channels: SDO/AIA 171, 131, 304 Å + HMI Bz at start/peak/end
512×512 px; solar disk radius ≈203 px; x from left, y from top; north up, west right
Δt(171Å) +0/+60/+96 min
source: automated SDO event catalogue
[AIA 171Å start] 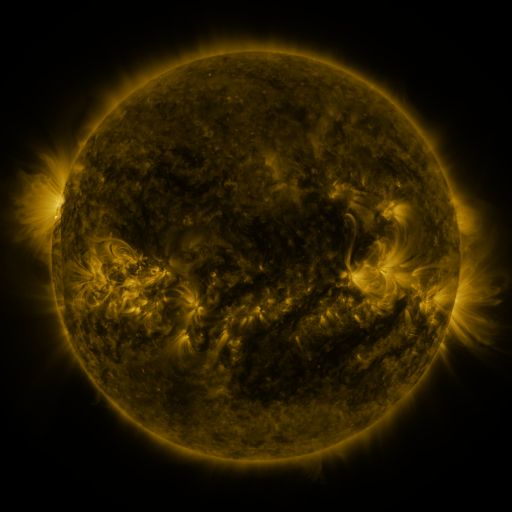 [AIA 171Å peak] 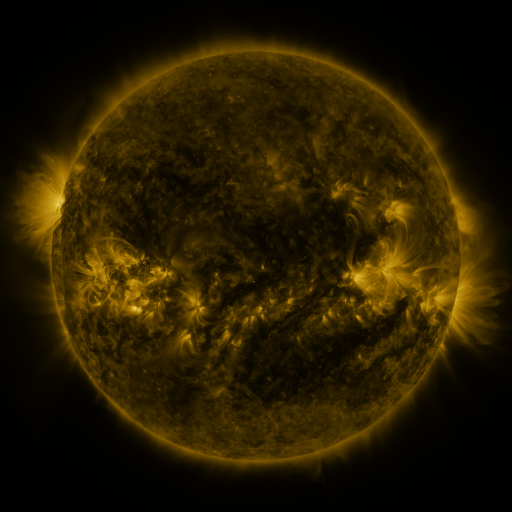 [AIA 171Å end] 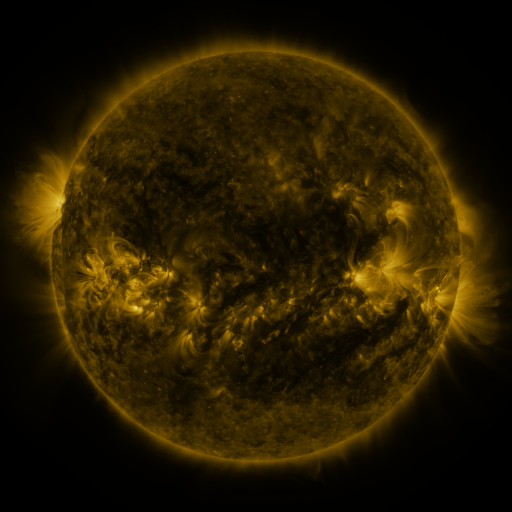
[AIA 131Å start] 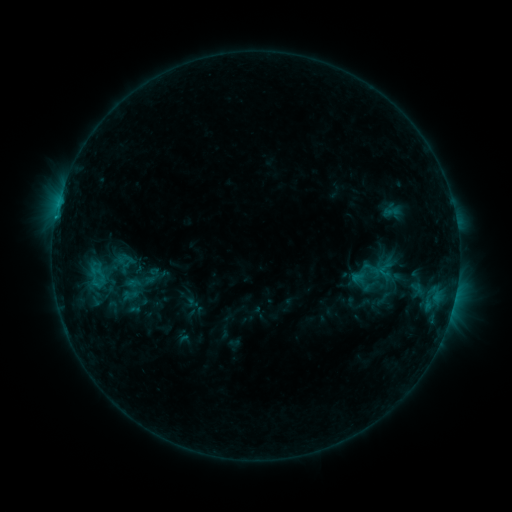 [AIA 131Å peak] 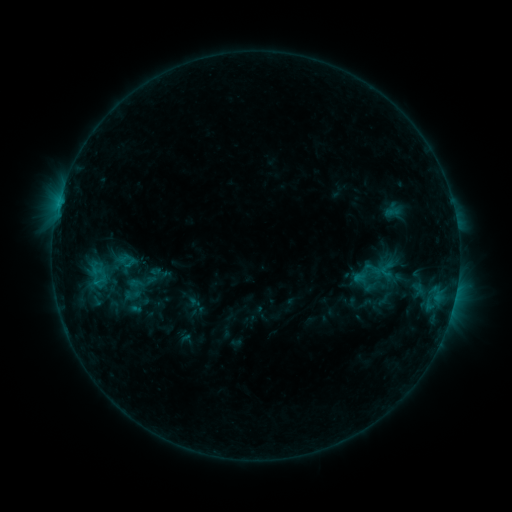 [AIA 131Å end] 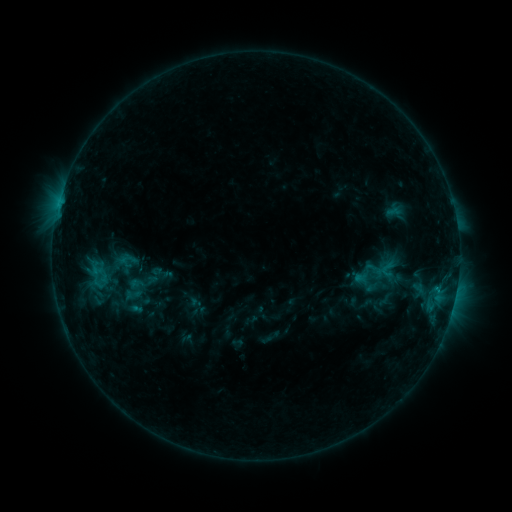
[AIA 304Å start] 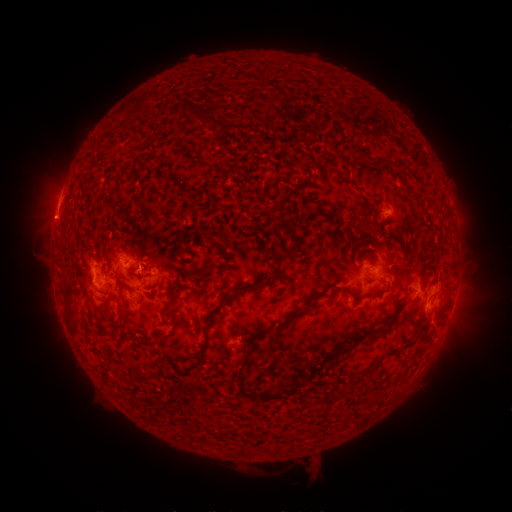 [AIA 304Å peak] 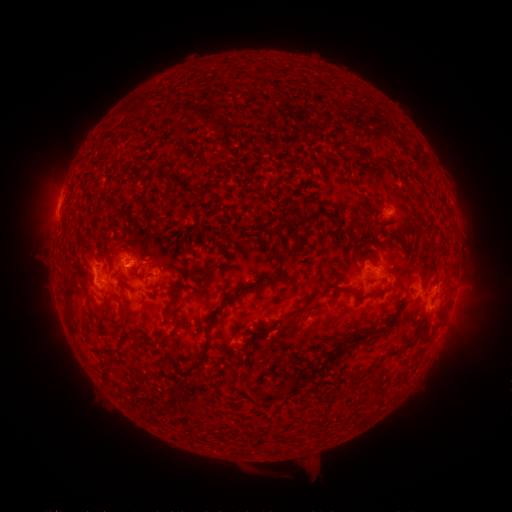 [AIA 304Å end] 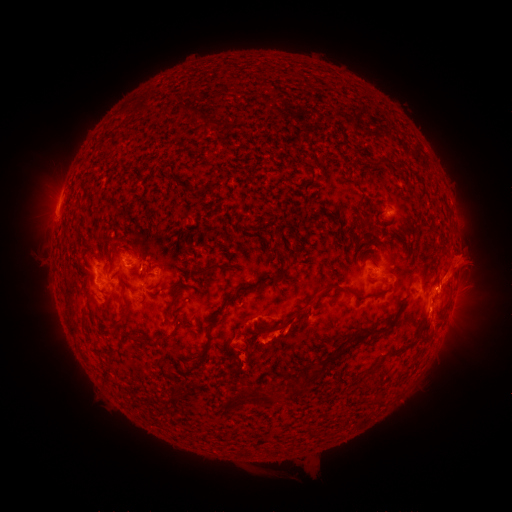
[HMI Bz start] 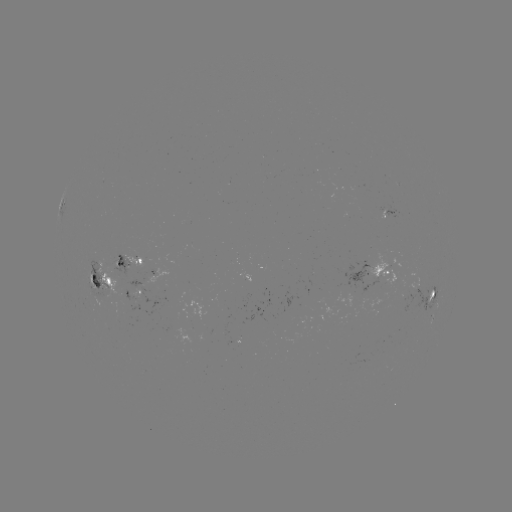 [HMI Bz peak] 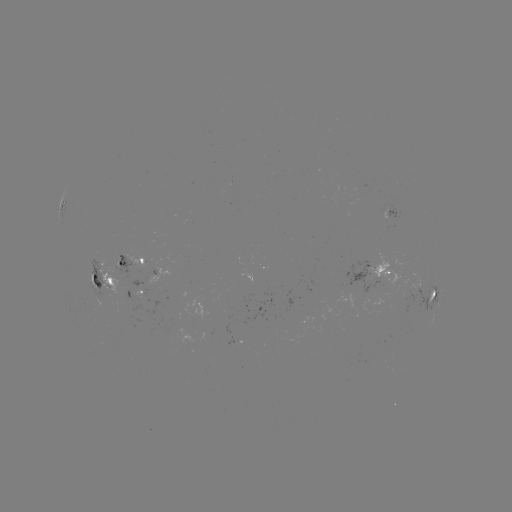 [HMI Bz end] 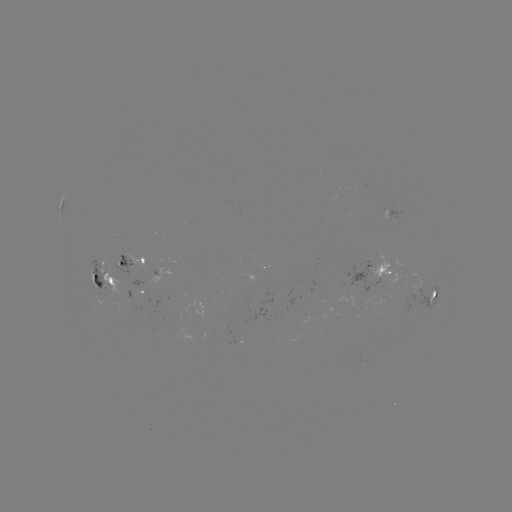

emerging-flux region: (145, 368, 155, 373)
